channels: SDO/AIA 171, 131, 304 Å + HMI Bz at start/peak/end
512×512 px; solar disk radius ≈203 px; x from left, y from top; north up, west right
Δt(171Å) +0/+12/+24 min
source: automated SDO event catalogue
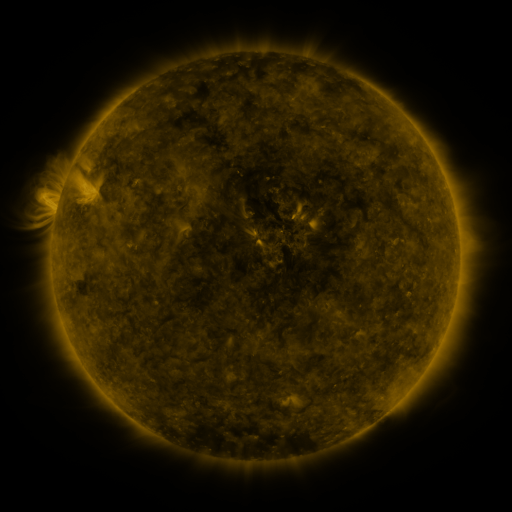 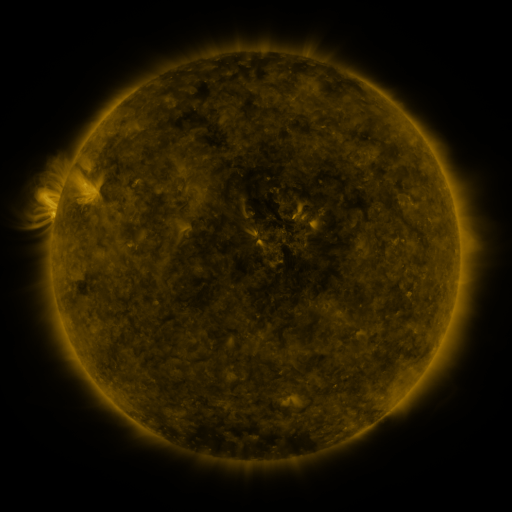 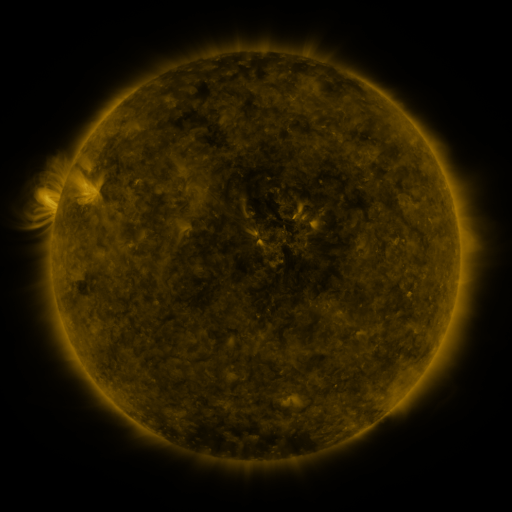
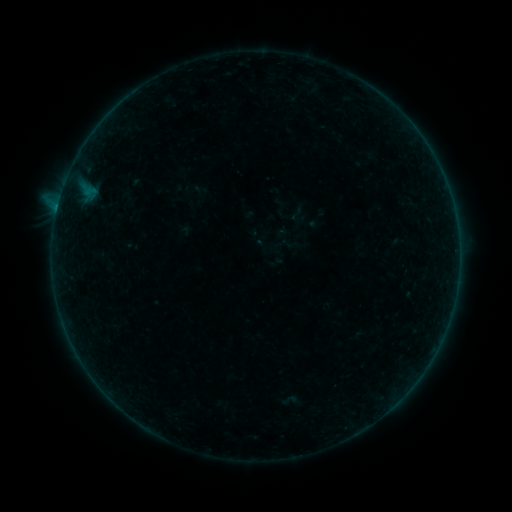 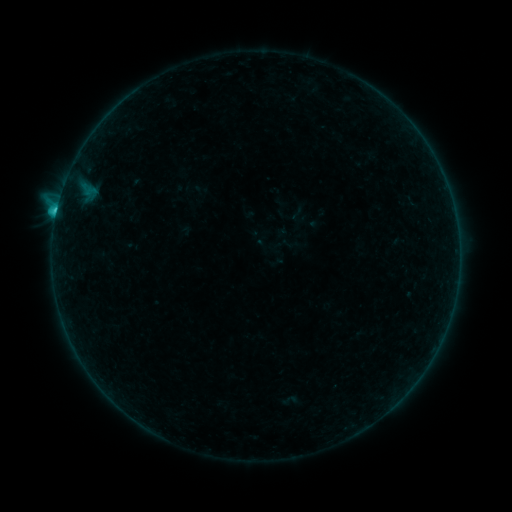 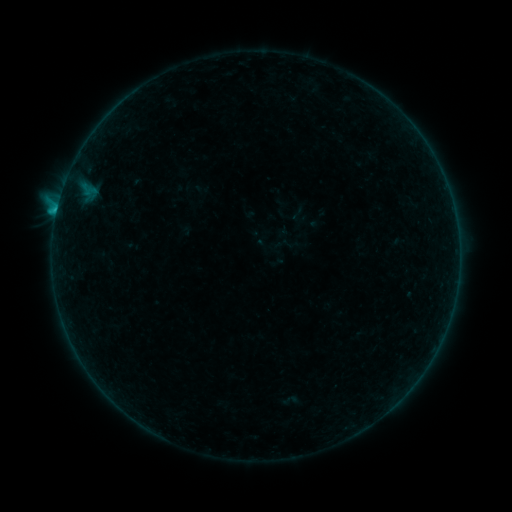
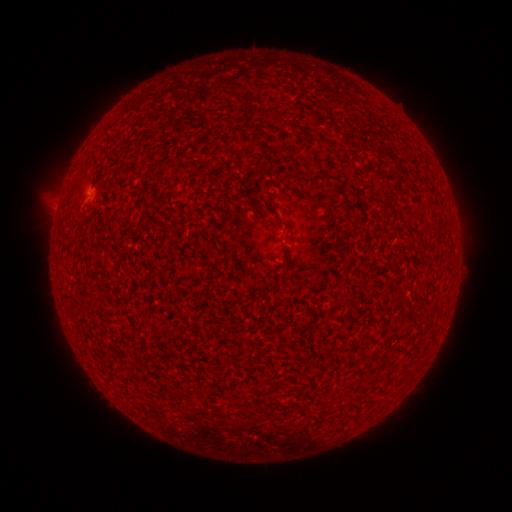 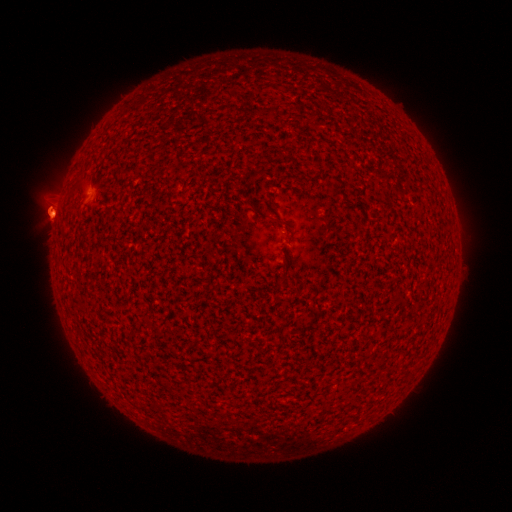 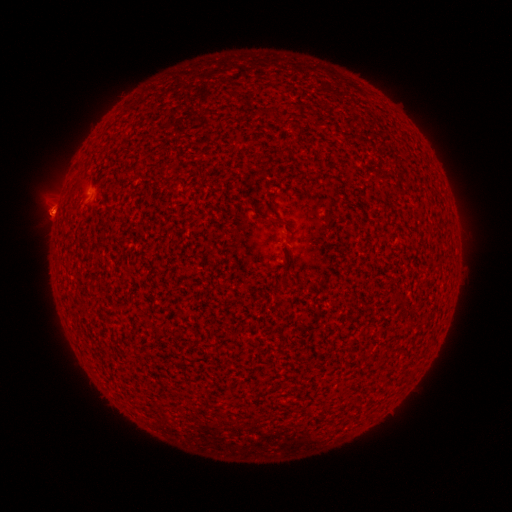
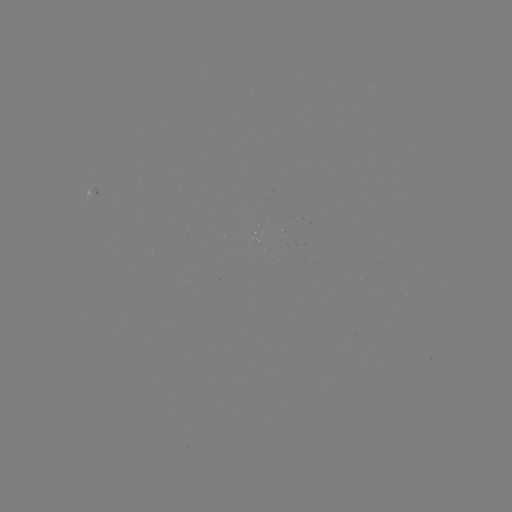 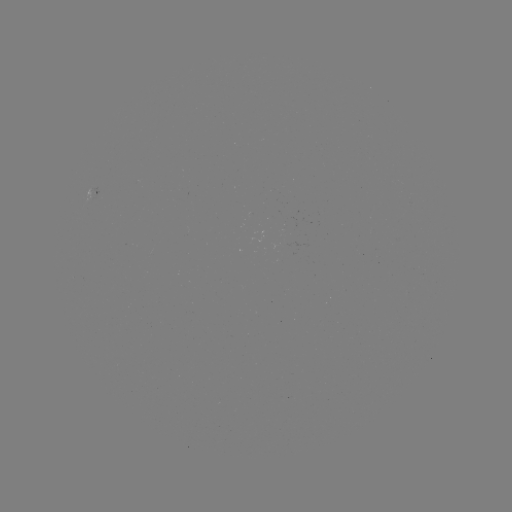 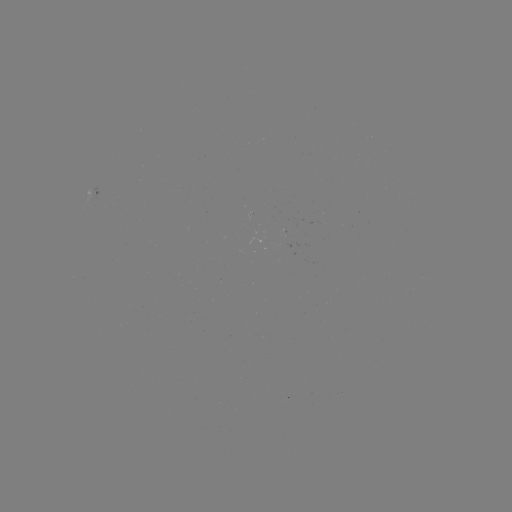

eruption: (23, 178, 85, 250)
